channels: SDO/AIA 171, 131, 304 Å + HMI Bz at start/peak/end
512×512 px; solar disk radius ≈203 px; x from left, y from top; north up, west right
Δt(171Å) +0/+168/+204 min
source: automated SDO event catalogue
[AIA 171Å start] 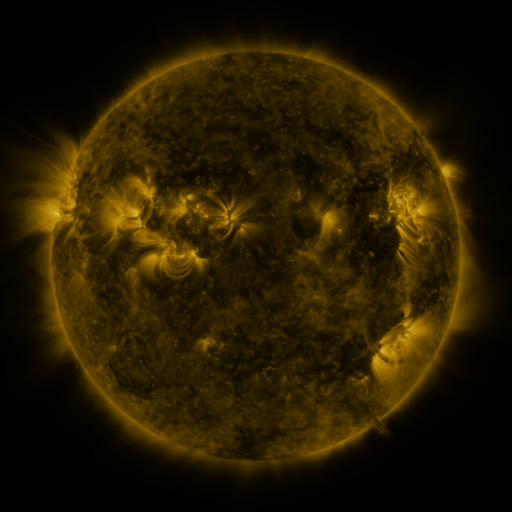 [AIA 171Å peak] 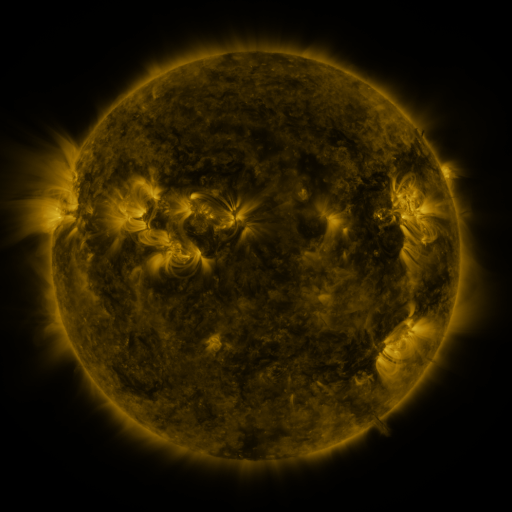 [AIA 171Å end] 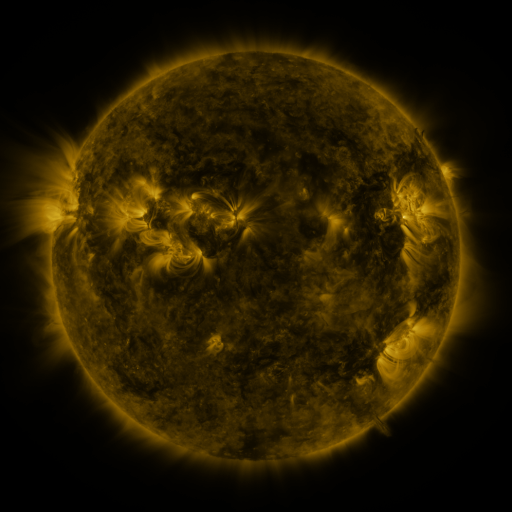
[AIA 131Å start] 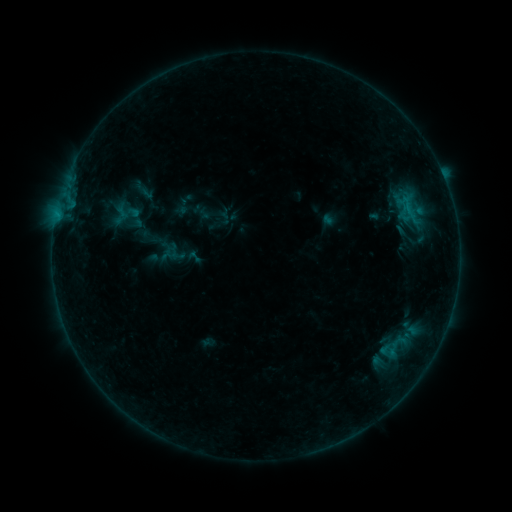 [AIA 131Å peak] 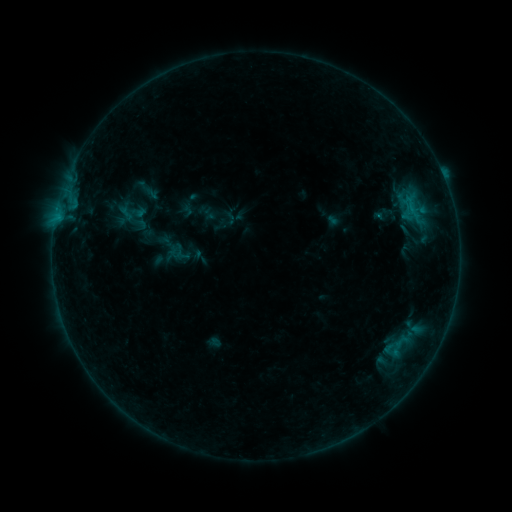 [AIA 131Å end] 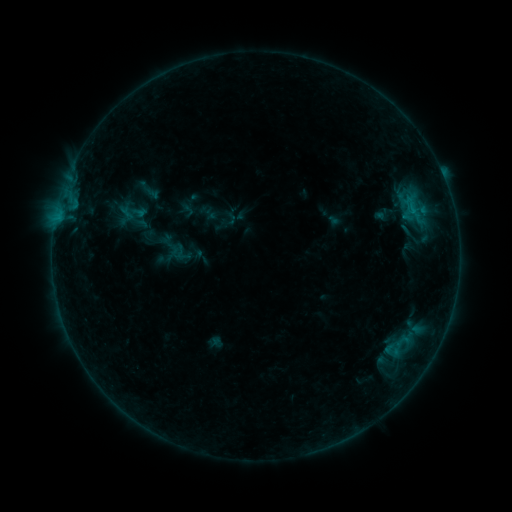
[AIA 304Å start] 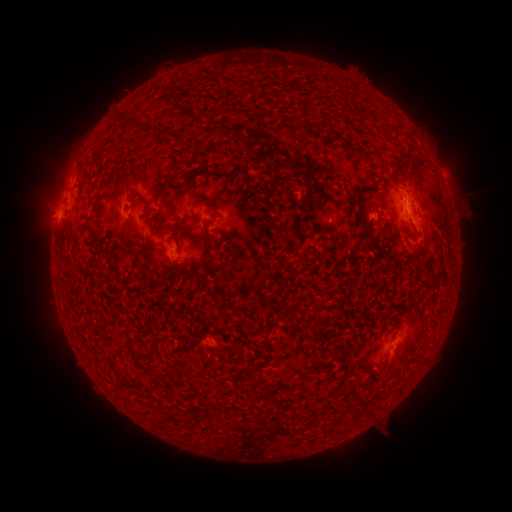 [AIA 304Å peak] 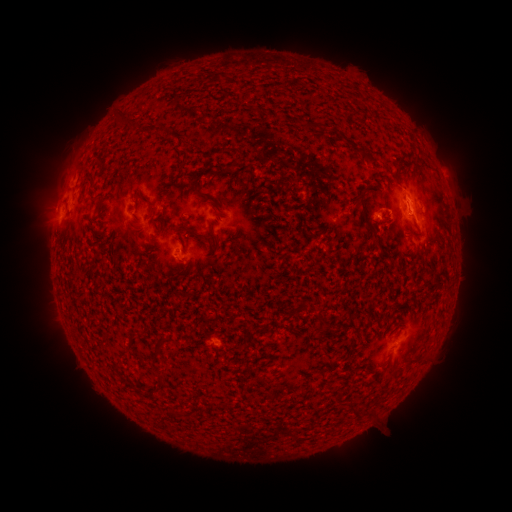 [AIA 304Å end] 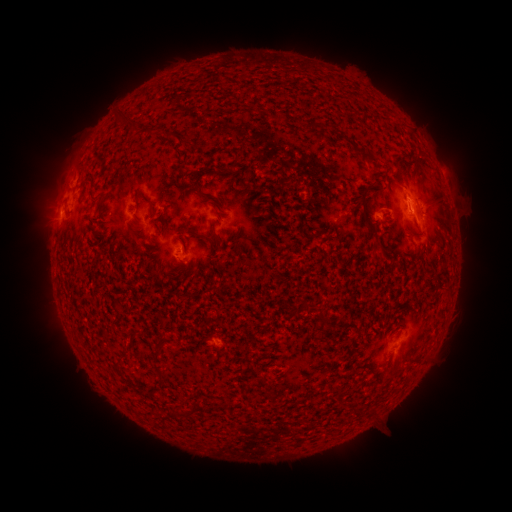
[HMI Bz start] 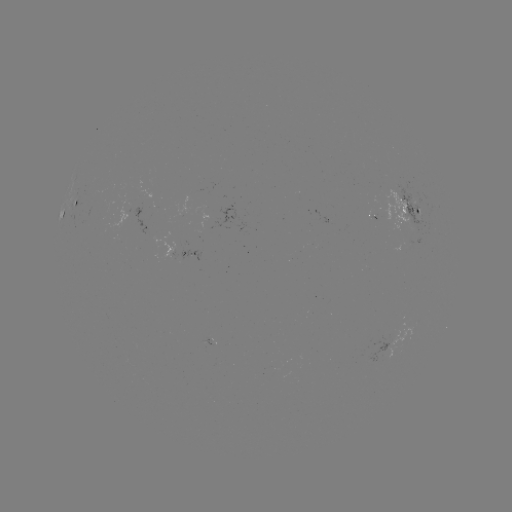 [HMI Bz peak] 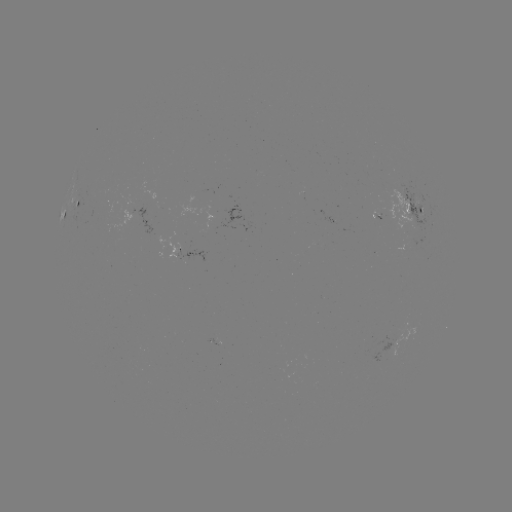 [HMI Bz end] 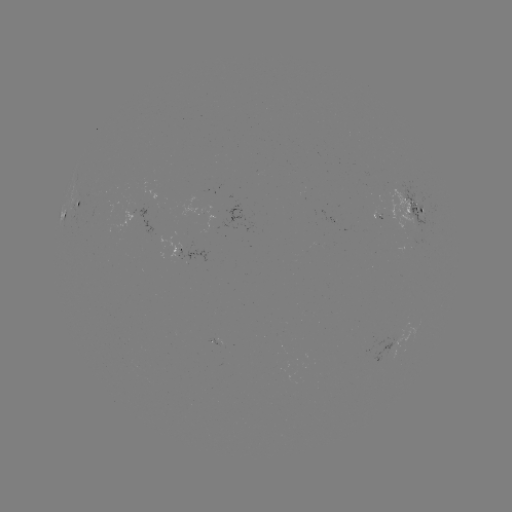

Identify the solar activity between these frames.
emerging-flux region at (378, 213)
